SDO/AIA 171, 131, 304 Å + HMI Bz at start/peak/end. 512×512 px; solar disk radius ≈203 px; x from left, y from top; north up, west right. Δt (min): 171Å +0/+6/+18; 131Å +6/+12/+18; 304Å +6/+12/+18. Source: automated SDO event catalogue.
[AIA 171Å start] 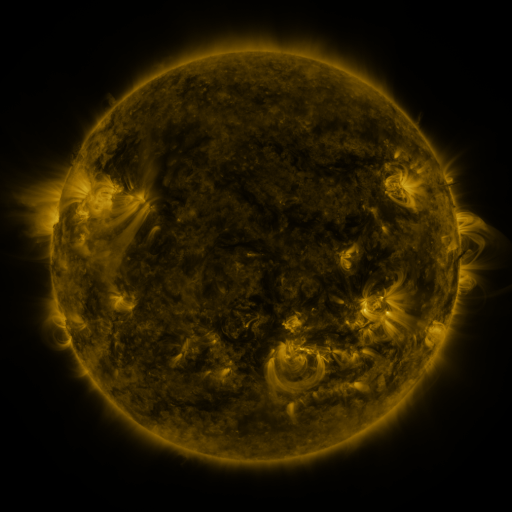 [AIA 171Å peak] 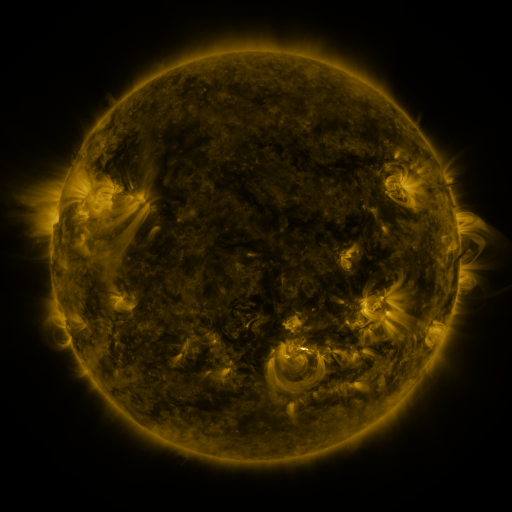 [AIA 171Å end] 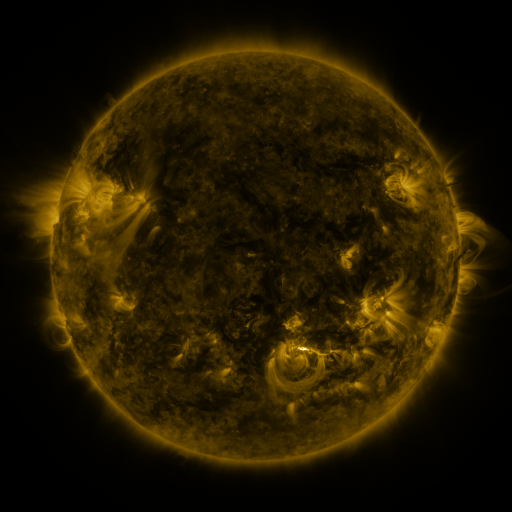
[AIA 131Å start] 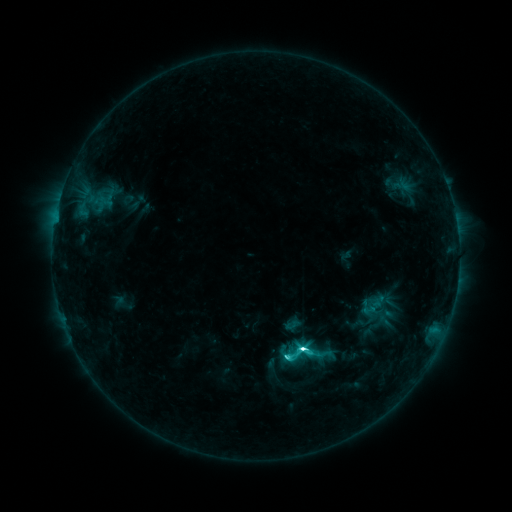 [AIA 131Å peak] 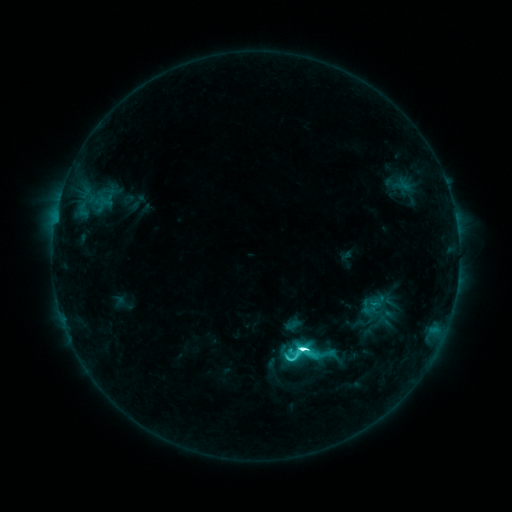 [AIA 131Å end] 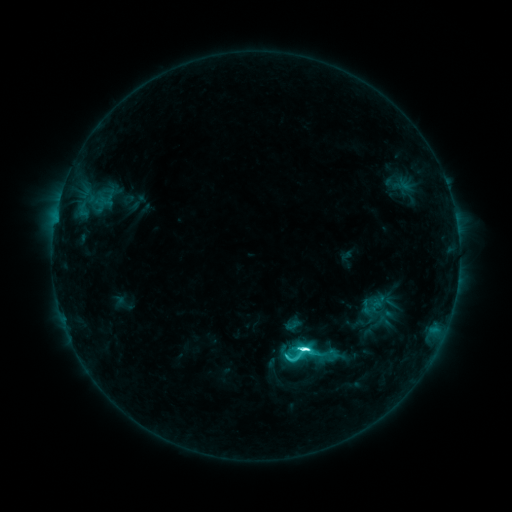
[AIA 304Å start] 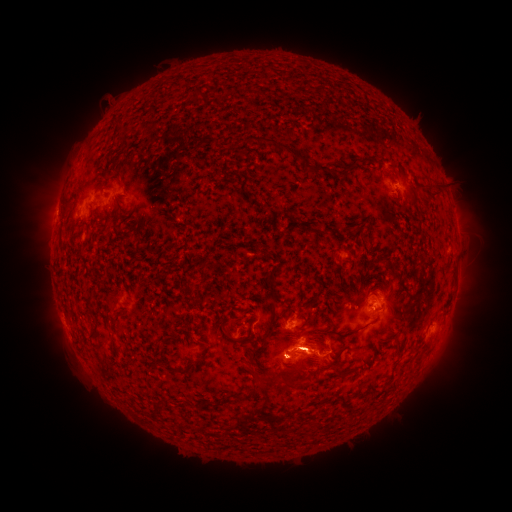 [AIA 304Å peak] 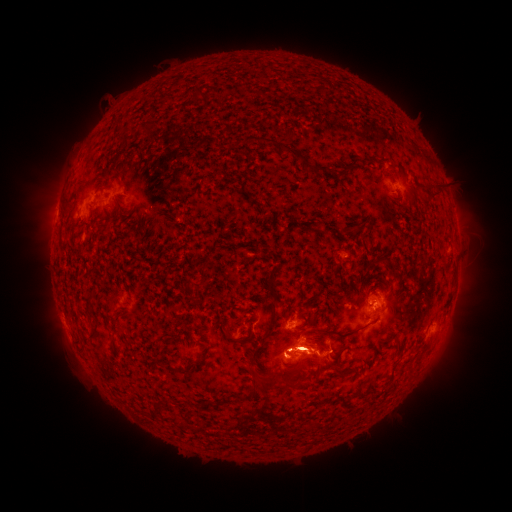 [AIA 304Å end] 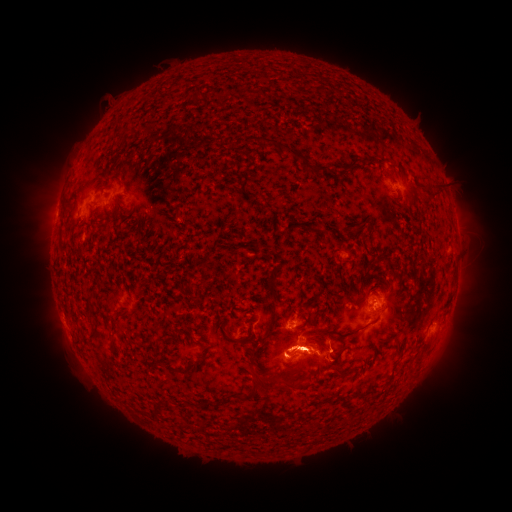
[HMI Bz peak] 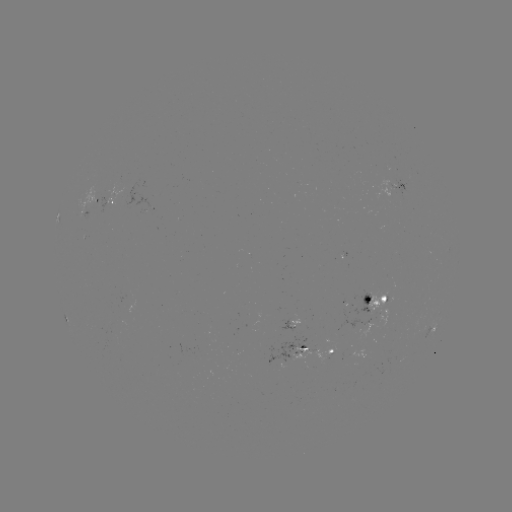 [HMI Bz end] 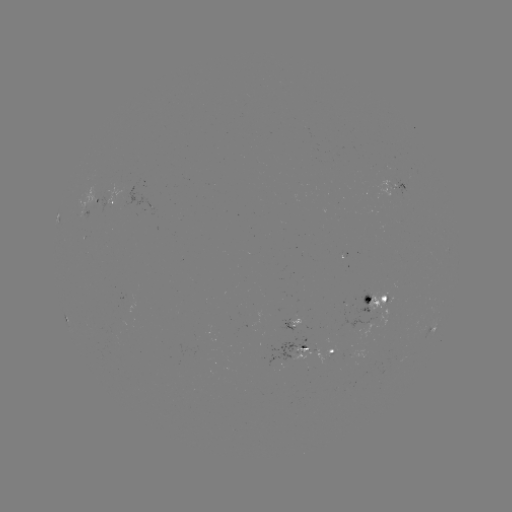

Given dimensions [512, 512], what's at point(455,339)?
eruption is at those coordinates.